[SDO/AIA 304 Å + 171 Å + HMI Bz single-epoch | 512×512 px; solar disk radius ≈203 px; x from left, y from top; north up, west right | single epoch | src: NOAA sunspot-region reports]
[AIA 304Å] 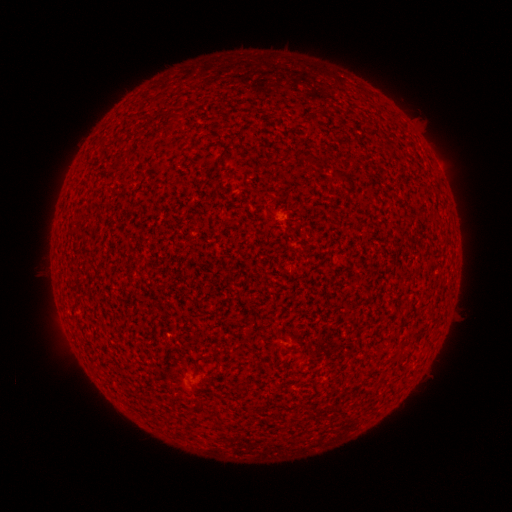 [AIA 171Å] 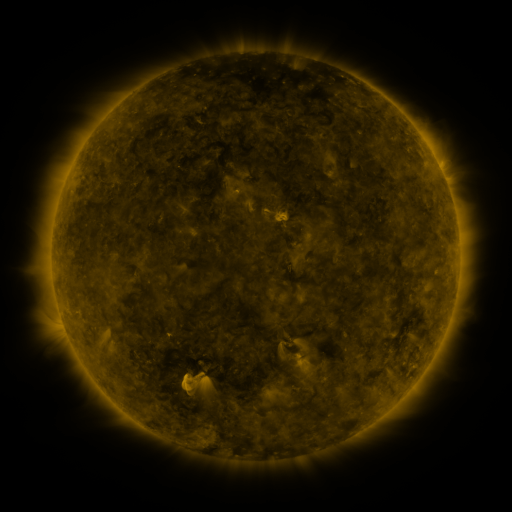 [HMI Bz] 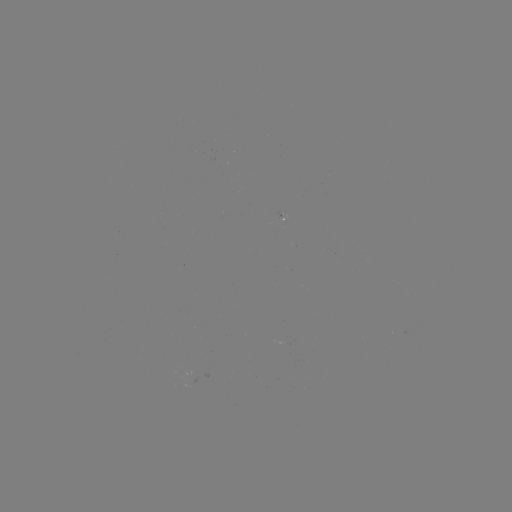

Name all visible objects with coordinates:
(none)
